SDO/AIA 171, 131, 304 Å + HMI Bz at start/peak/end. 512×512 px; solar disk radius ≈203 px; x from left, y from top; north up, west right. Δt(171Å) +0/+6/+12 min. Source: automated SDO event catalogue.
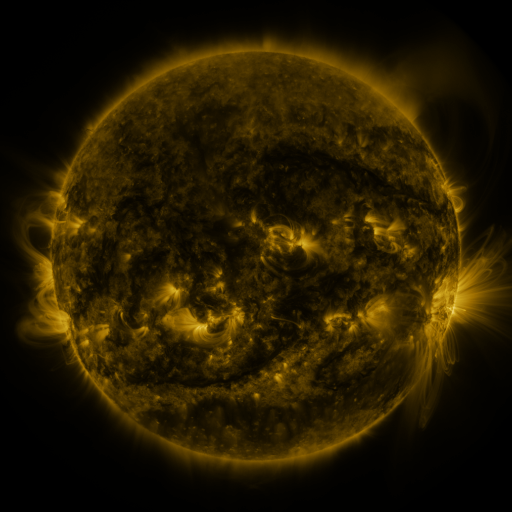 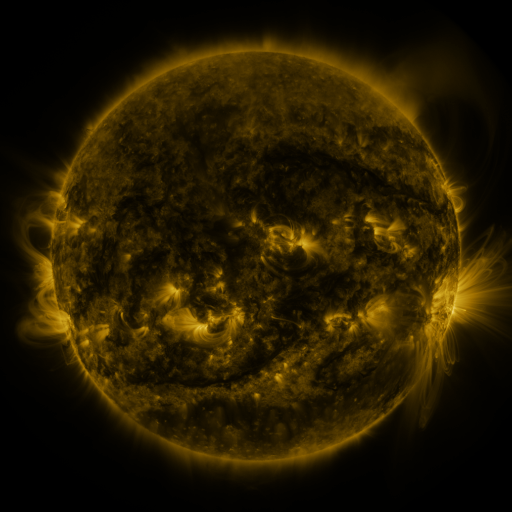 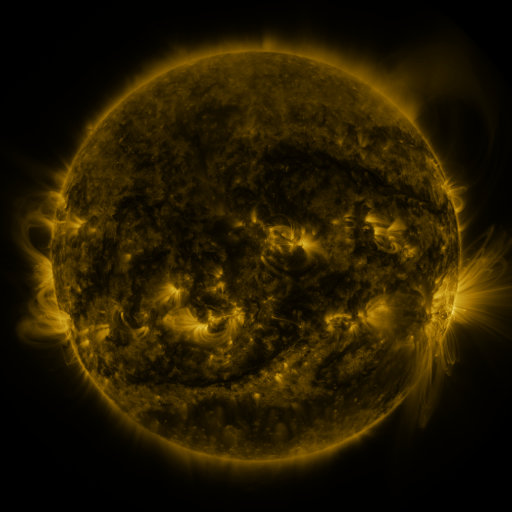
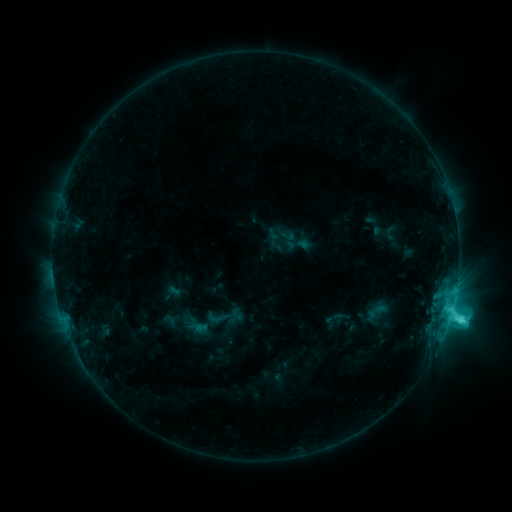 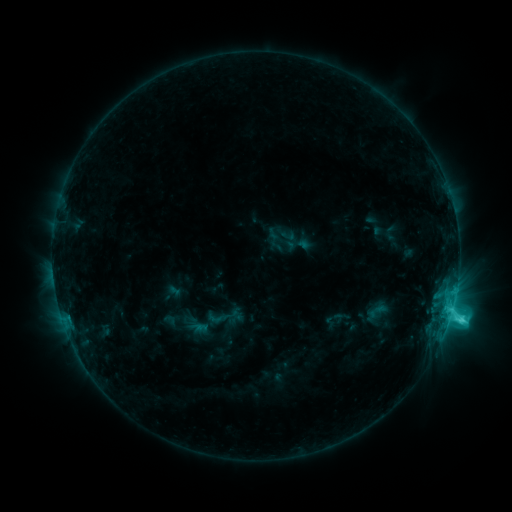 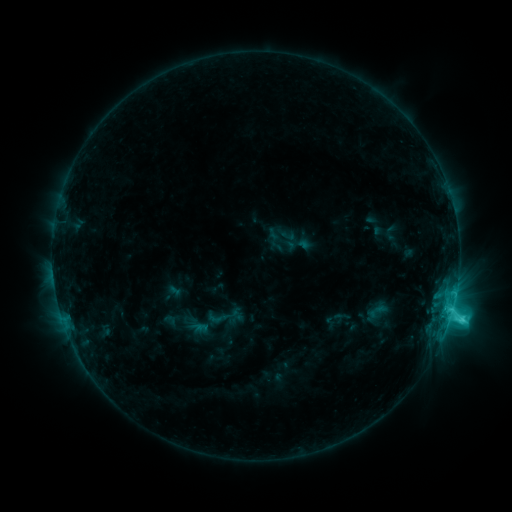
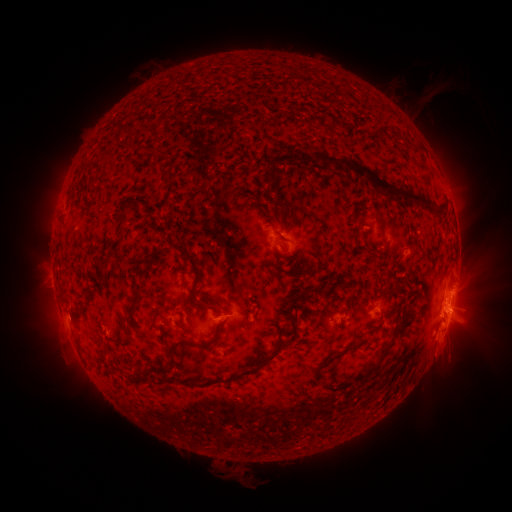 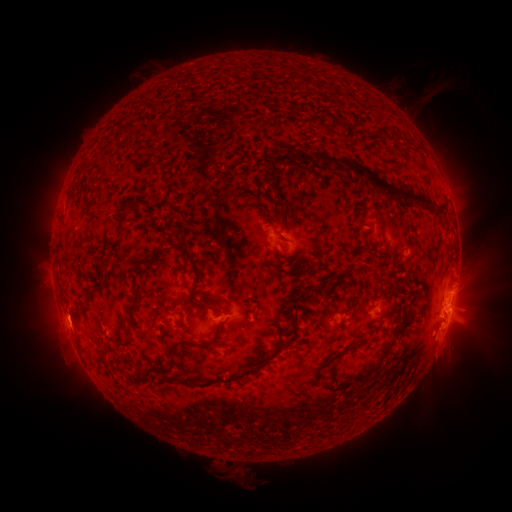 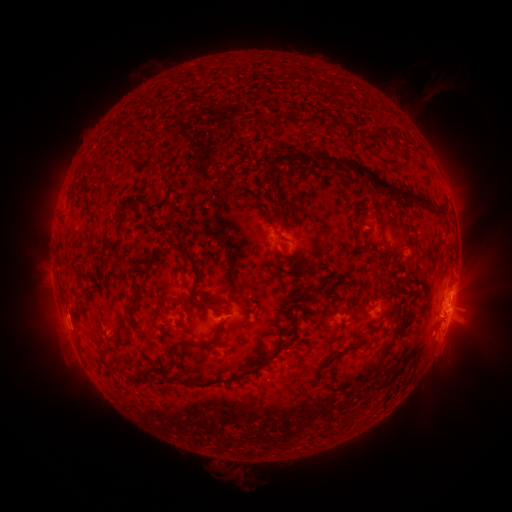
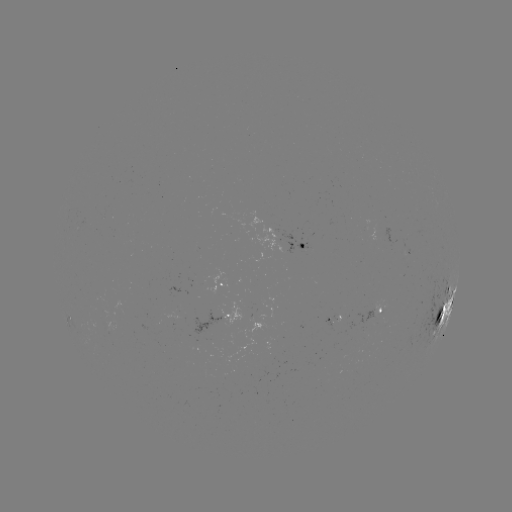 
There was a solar eruption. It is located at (69, 321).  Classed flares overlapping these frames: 1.